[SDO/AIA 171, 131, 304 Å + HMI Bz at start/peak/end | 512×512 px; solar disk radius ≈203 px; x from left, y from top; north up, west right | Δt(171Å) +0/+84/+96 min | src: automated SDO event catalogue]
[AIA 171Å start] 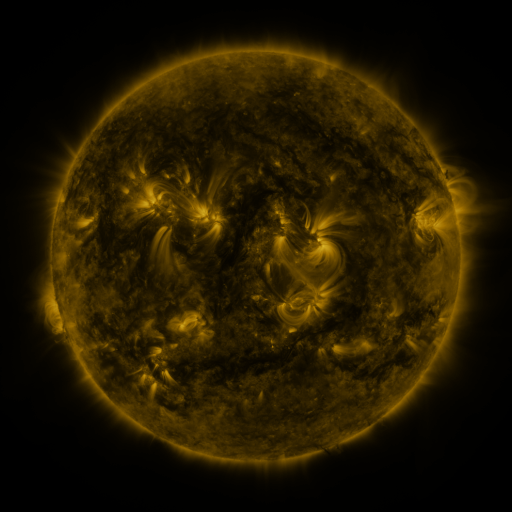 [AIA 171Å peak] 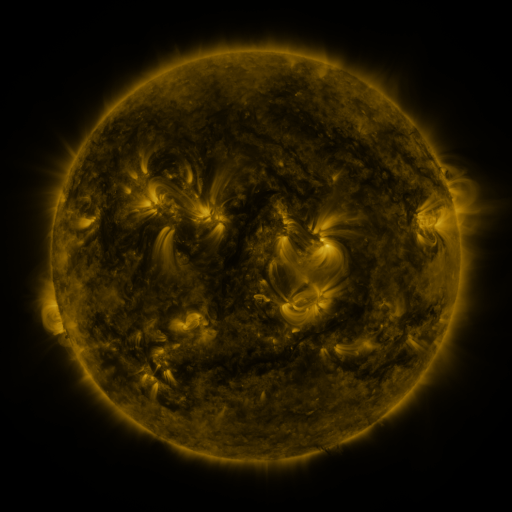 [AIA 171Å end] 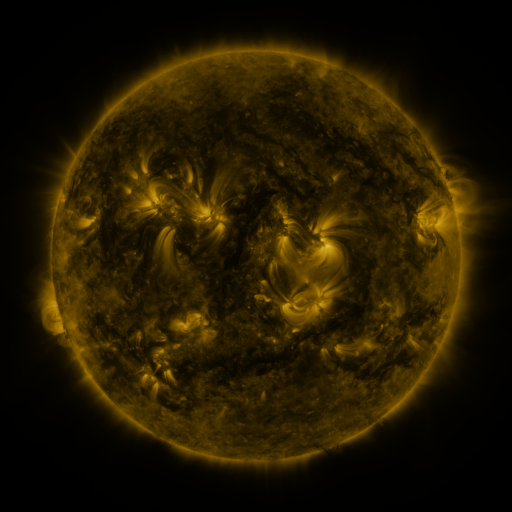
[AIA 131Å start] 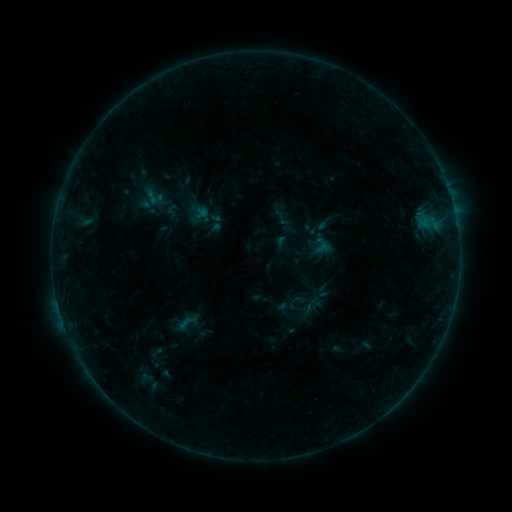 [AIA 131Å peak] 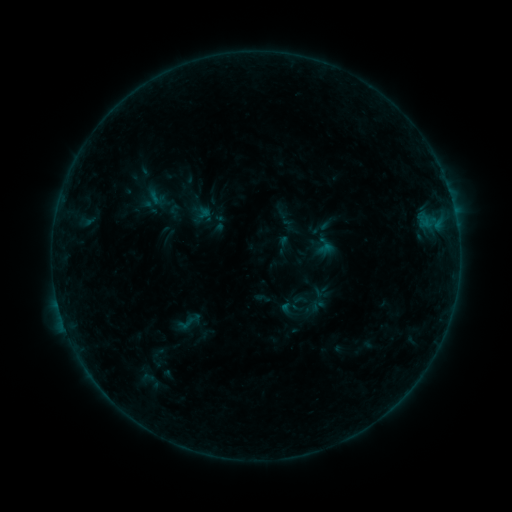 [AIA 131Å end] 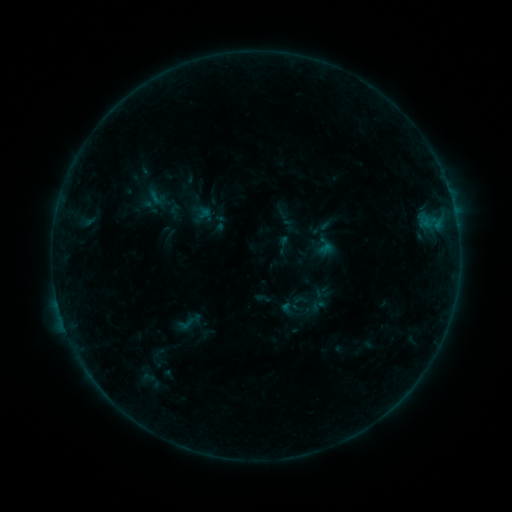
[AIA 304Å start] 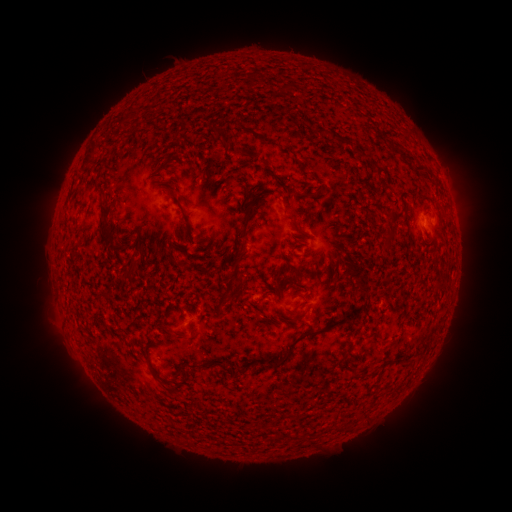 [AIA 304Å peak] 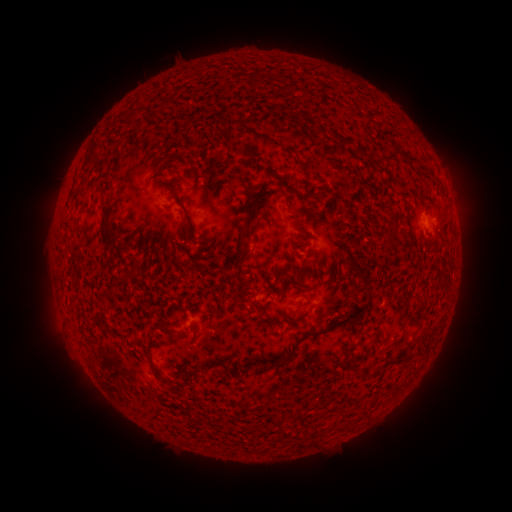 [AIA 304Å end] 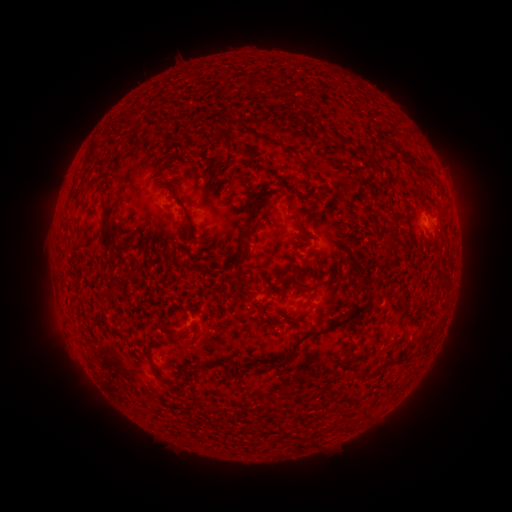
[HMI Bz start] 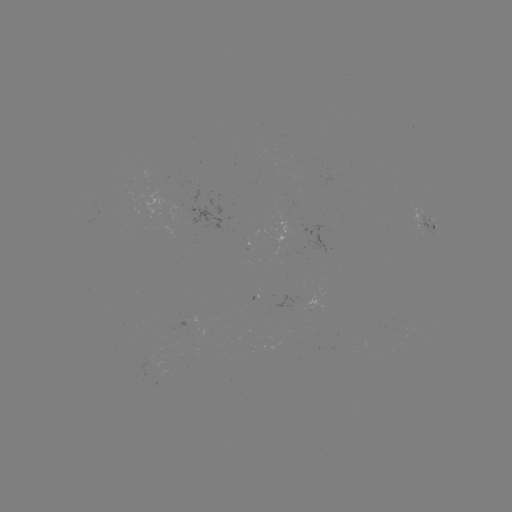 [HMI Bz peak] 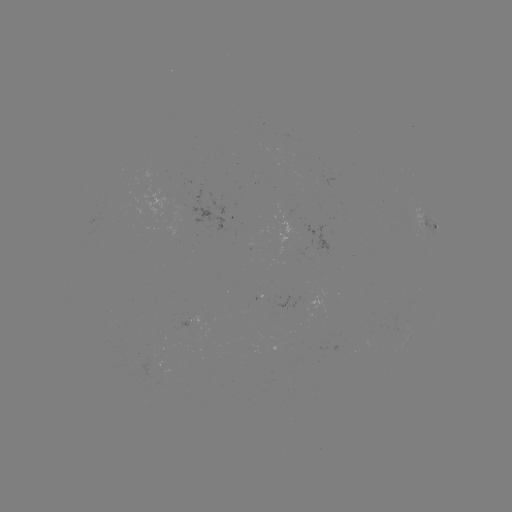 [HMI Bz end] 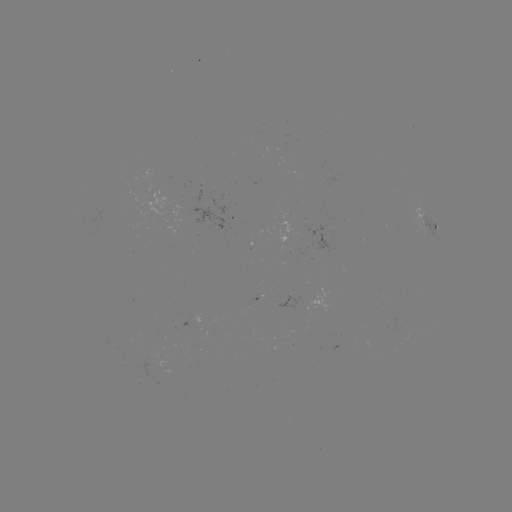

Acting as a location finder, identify emerging-flux region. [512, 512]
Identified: [311, 300].